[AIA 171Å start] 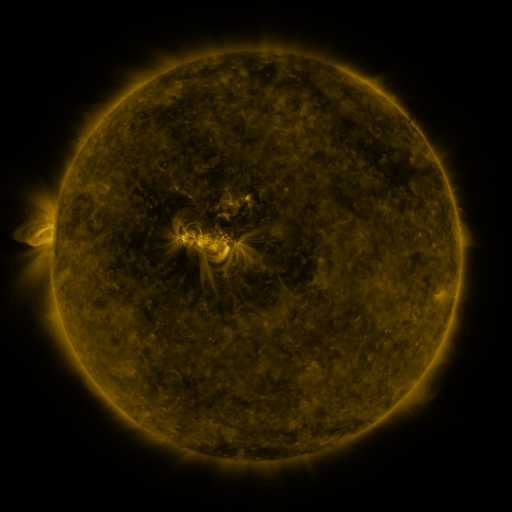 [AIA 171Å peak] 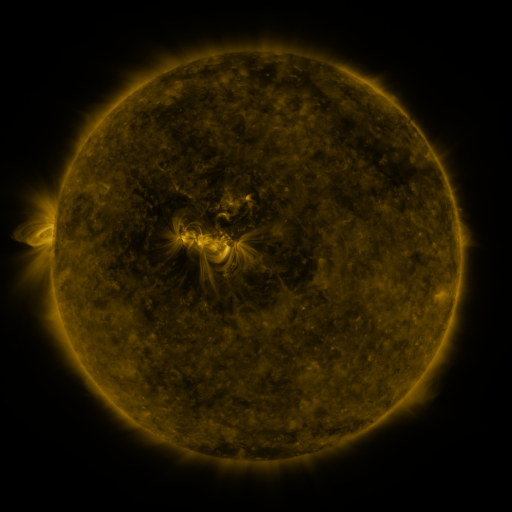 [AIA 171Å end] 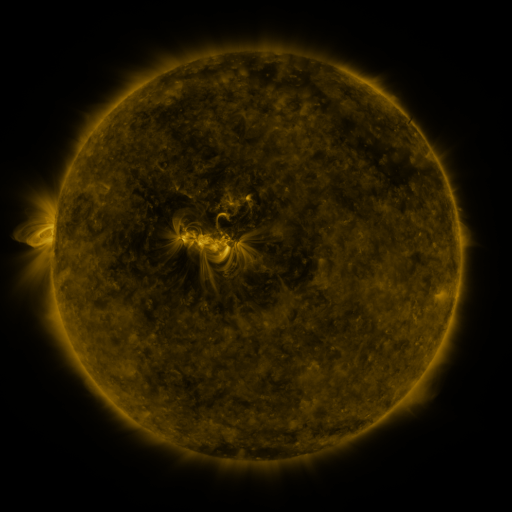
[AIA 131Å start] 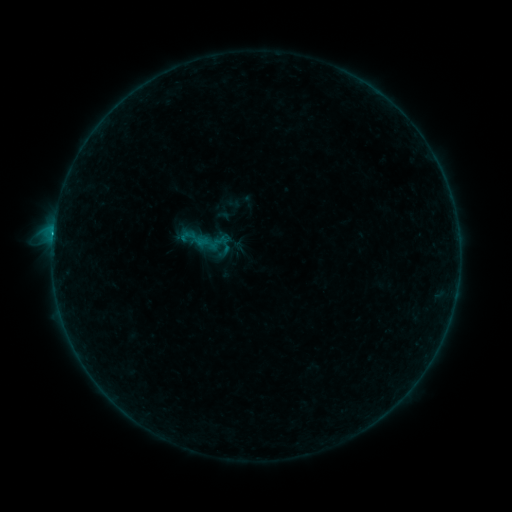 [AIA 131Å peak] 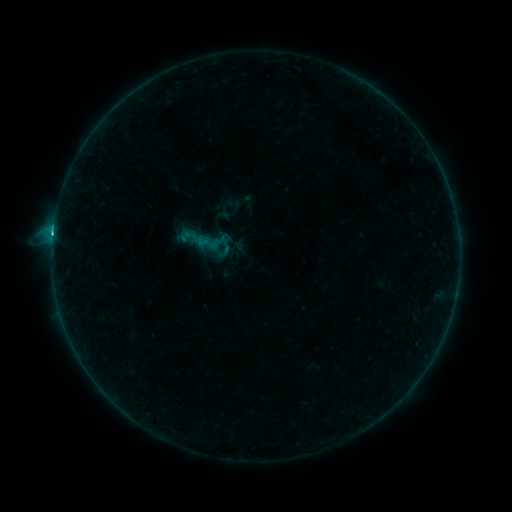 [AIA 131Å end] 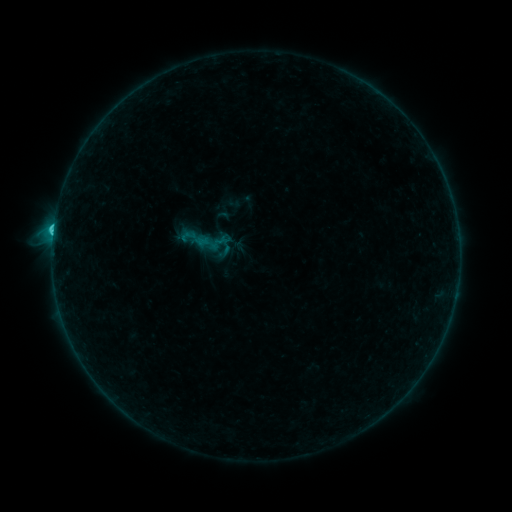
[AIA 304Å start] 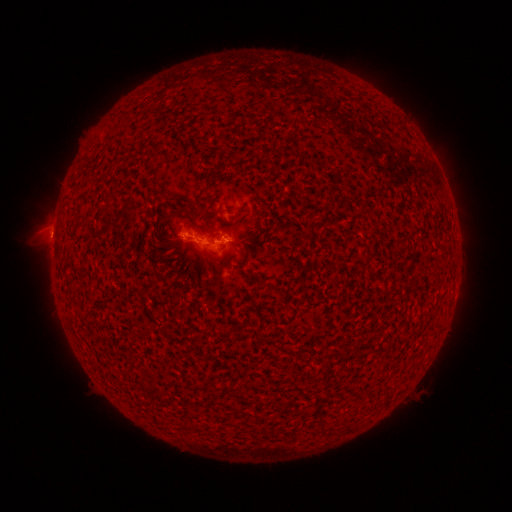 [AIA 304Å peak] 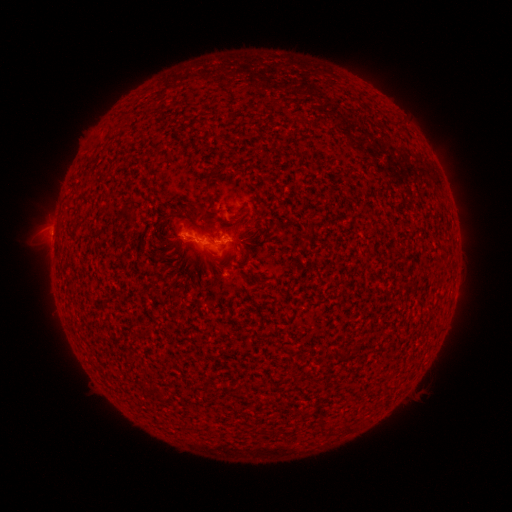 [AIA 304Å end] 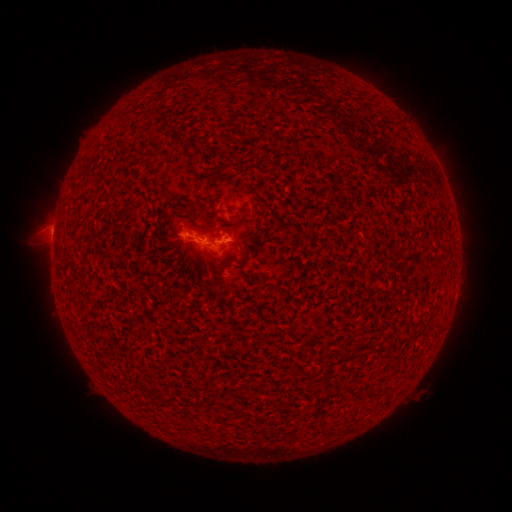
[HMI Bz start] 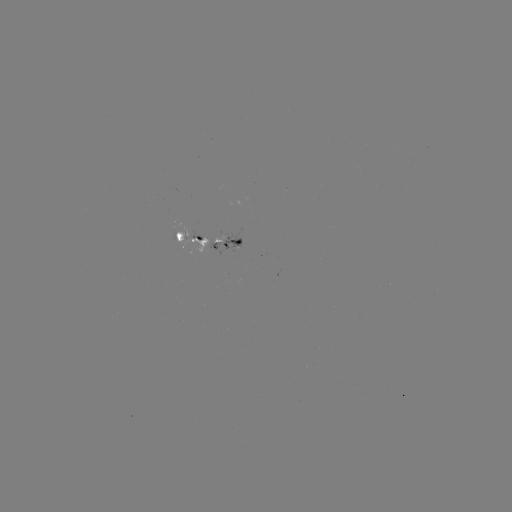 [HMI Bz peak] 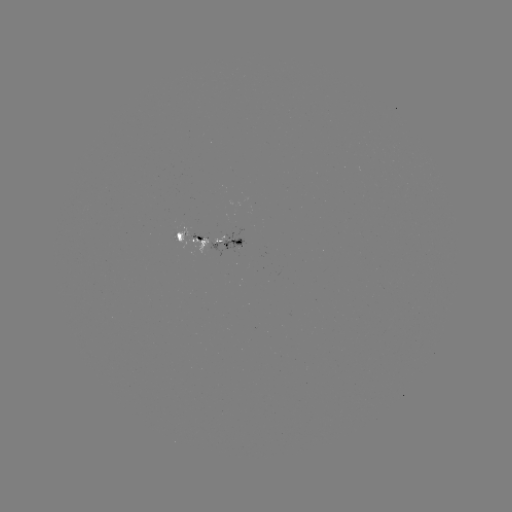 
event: flare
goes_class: C2.0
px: (54, 231)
